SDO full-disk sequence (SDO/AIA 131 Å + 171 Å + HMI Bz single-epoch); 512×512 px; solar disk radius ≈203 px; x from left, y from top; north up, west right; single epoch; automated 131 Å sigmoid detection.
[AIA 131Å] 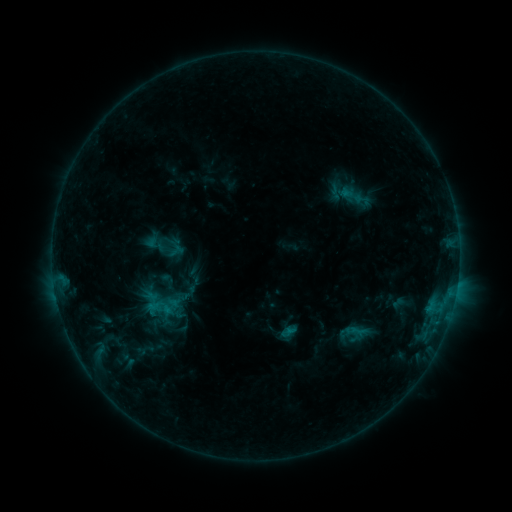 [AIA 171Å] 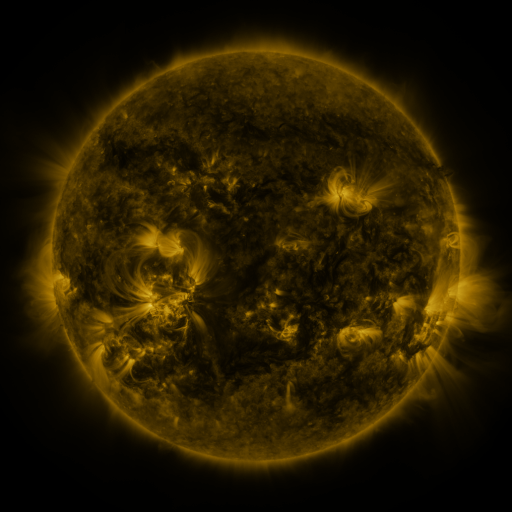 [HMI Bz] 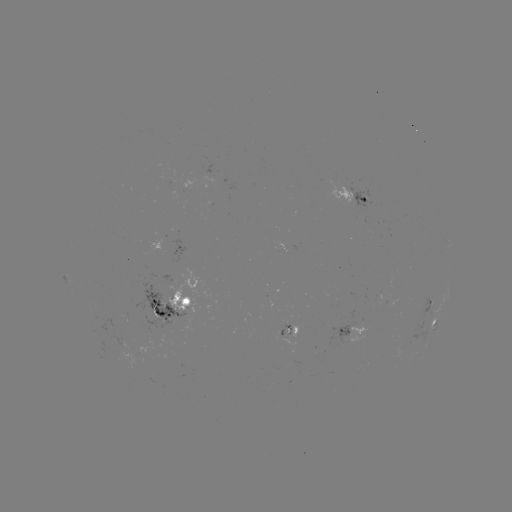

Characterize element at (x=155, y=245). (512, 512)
sigmoid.